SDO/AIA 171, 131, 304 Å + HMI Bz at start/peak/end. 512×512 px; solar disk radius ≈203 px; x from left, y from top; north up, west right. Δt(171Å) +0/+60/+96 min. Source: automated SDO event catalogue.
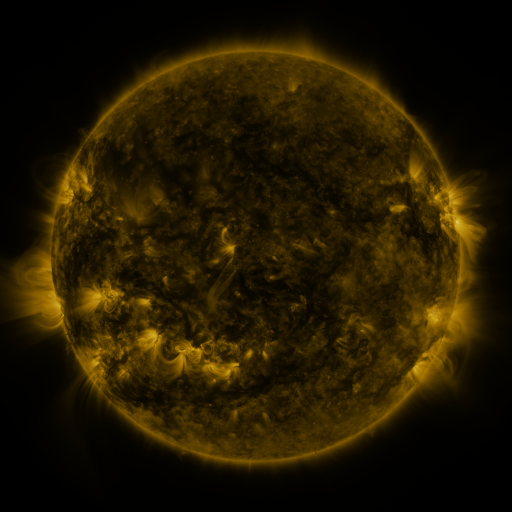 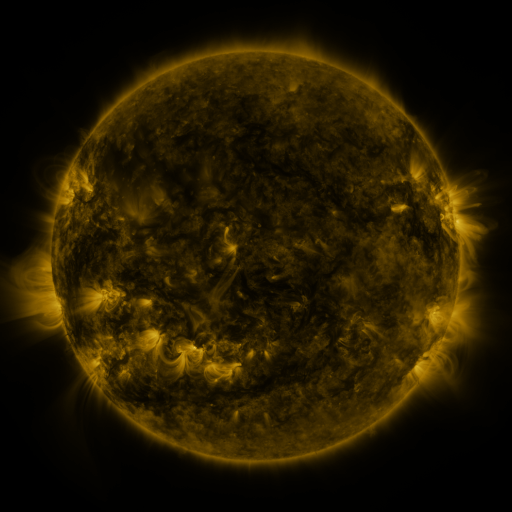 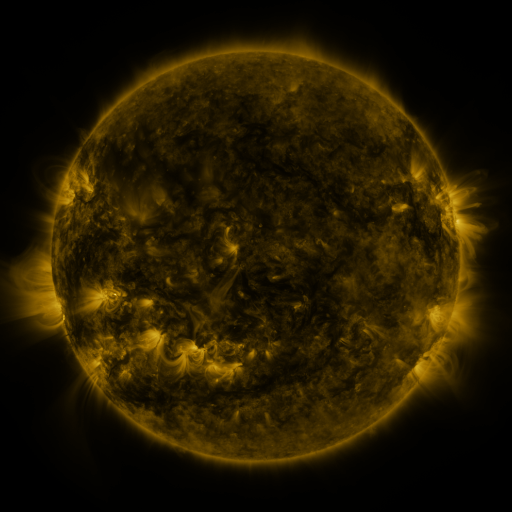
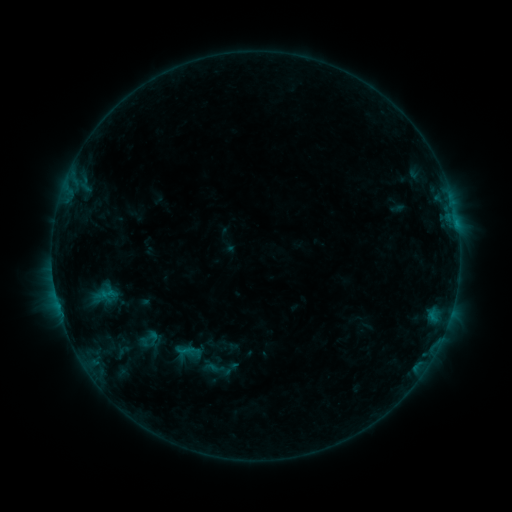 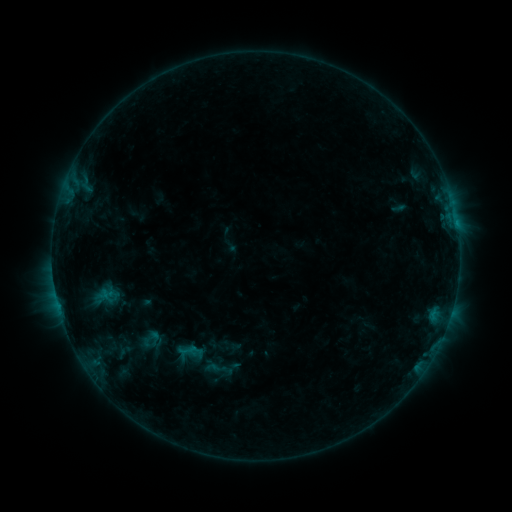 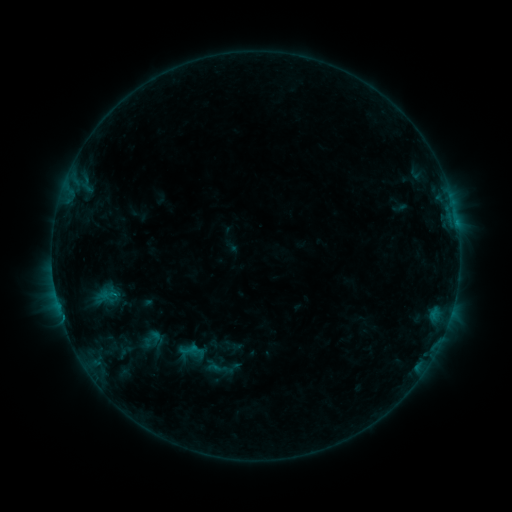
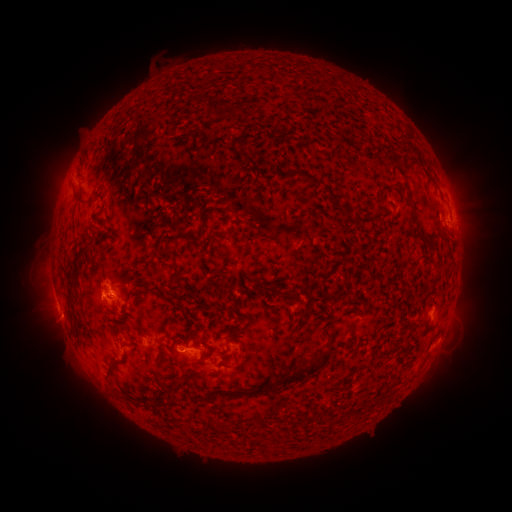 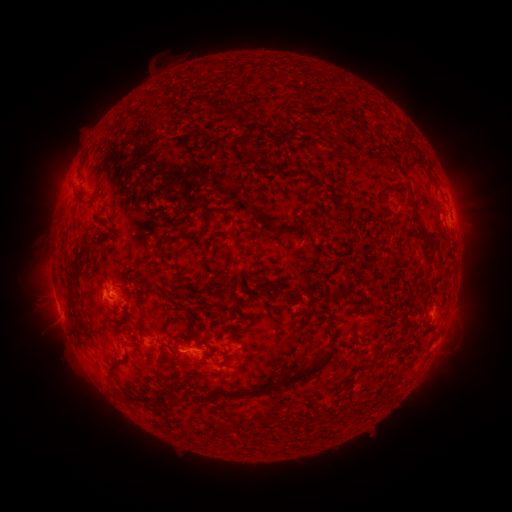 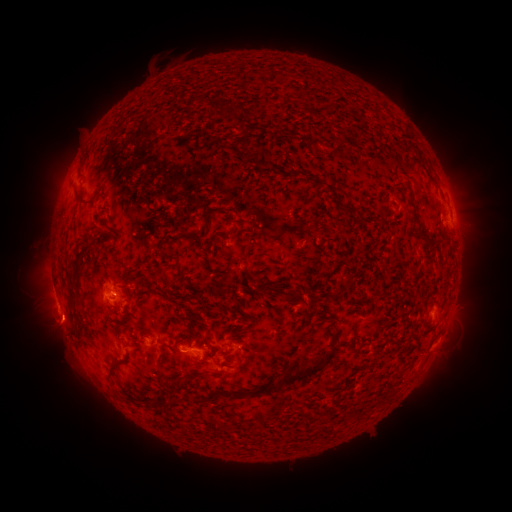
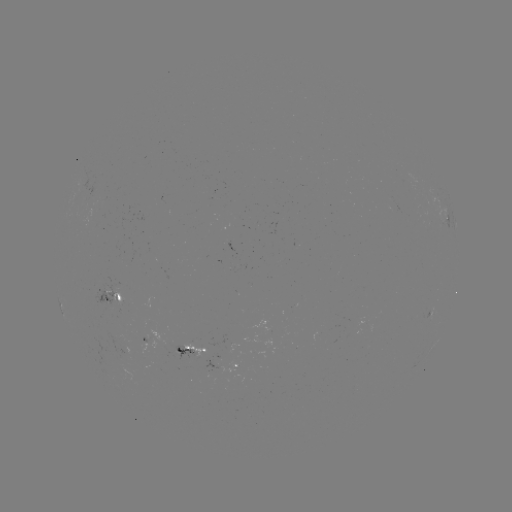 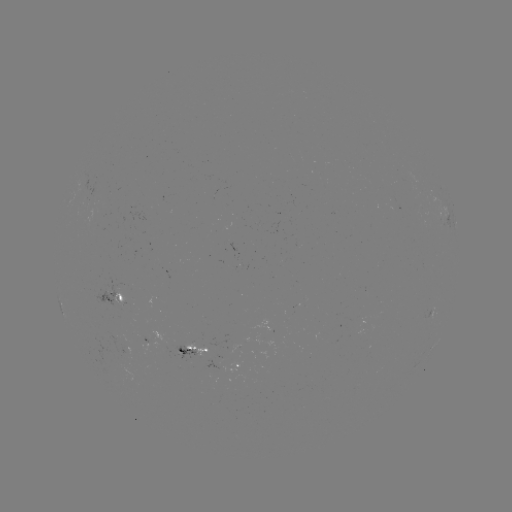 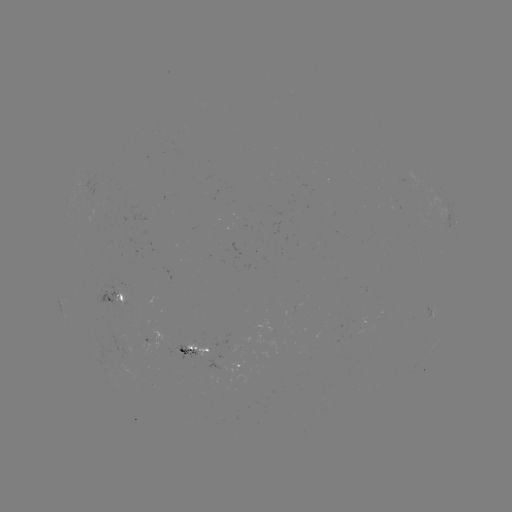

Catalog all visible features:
emerging-flux region: (124, 339)
